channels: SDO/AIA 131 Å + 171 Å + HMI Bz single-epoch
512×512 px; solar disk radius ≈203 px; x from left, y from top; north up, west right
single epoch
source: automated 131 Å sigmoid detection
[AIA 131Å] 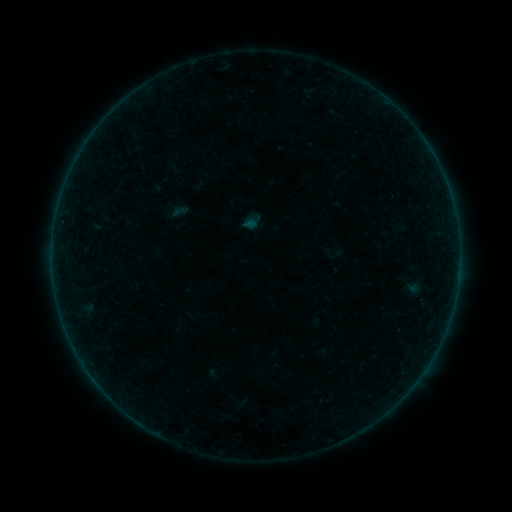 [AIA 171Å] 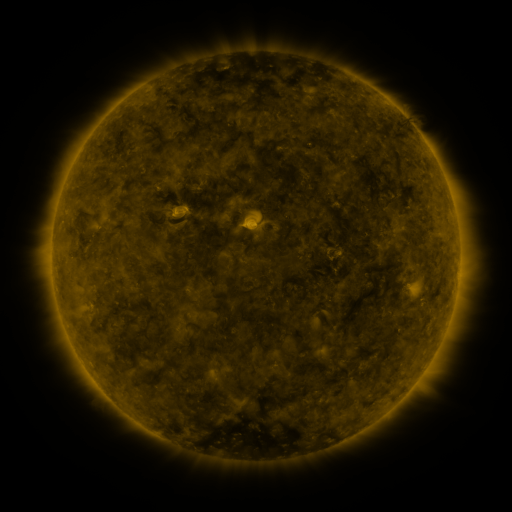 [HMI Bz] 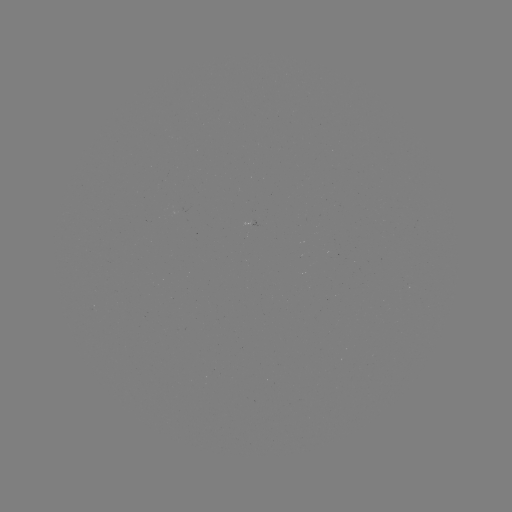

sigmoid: (324, 244, 342, 263)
